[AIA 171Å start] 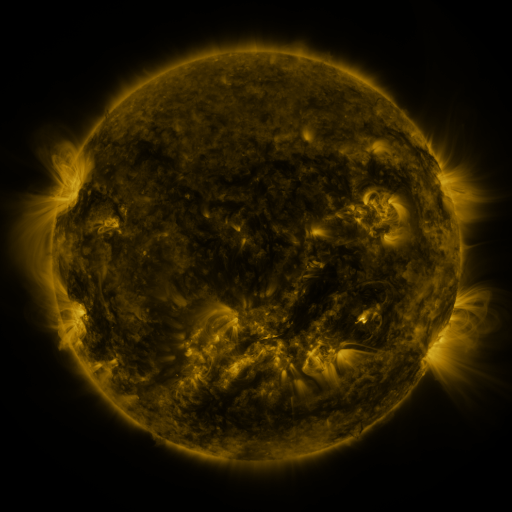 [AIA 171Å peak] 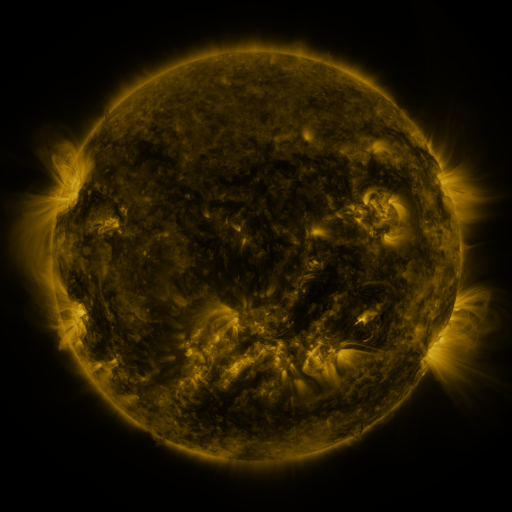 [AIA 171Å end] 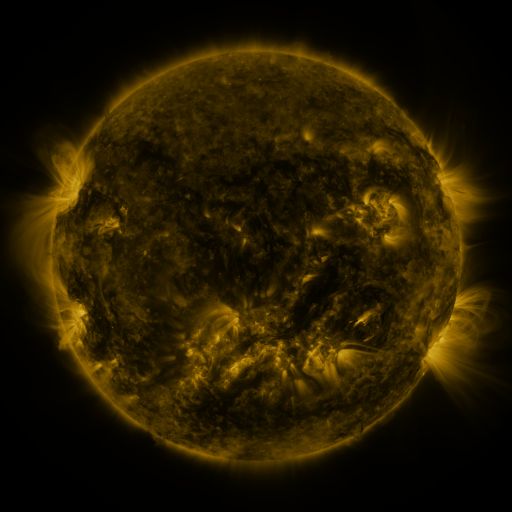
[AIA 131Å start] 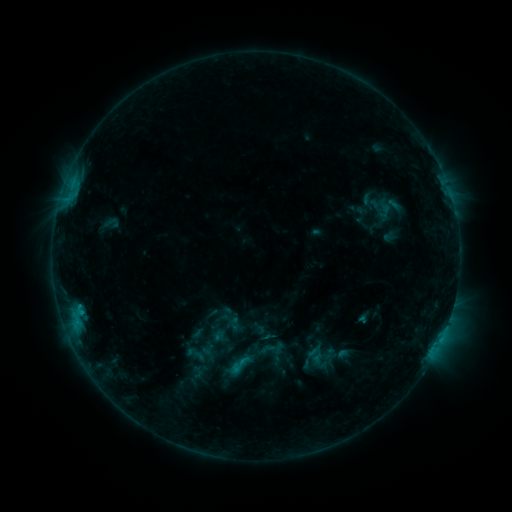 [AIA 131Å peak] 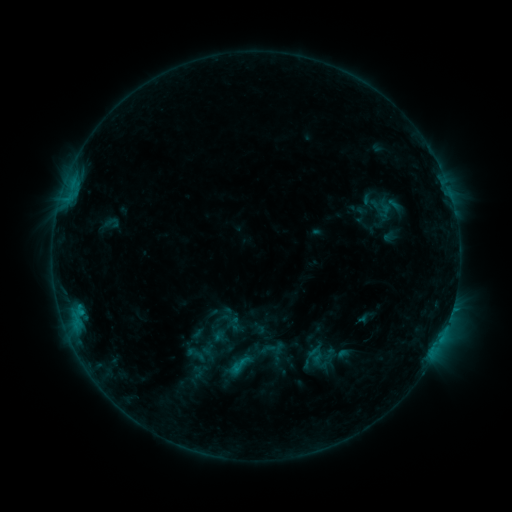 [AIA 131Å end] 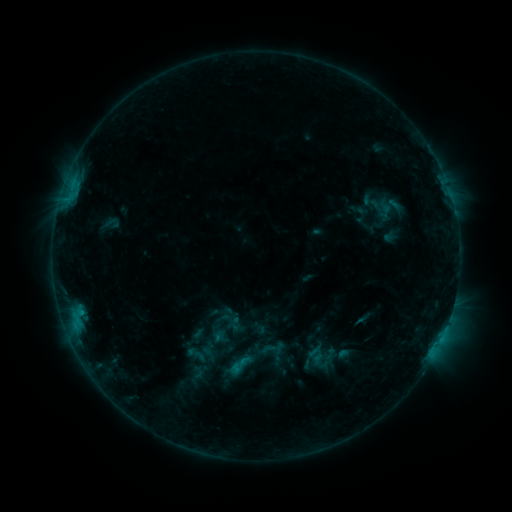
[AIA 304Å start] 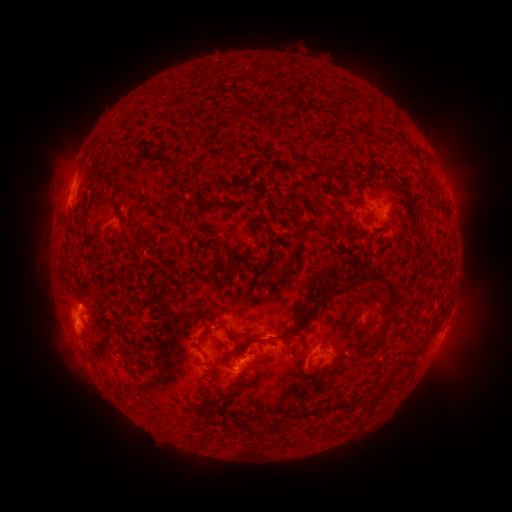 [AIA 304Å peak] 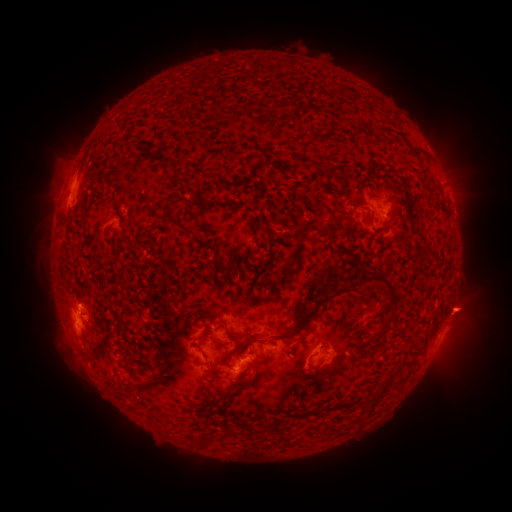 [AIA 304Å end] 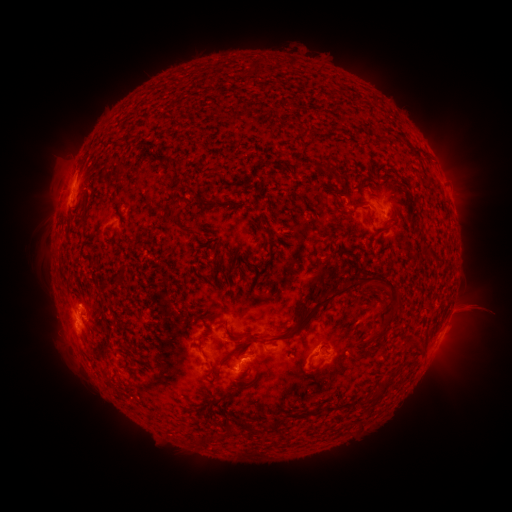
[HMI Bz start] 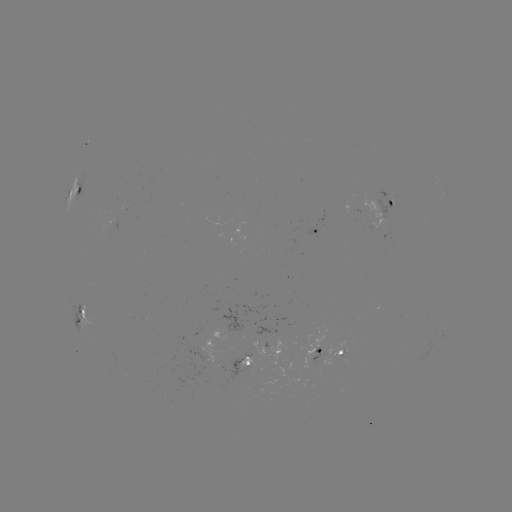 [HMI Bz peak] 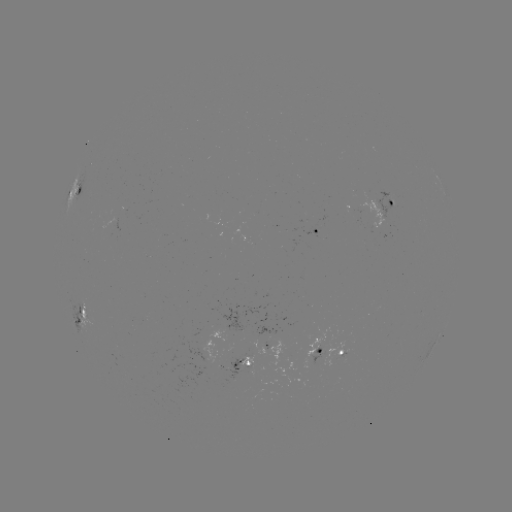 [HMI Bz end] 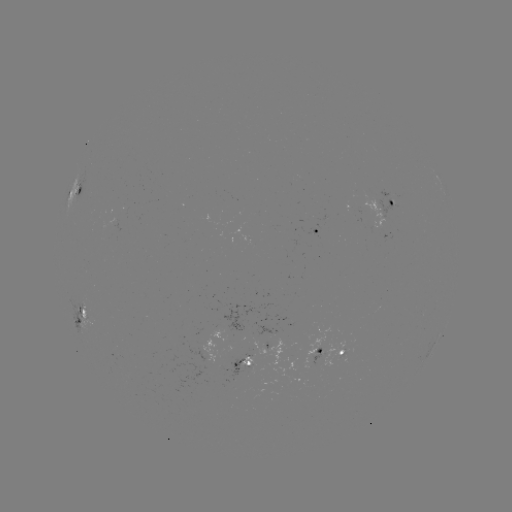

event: eruption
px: (470, 310)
